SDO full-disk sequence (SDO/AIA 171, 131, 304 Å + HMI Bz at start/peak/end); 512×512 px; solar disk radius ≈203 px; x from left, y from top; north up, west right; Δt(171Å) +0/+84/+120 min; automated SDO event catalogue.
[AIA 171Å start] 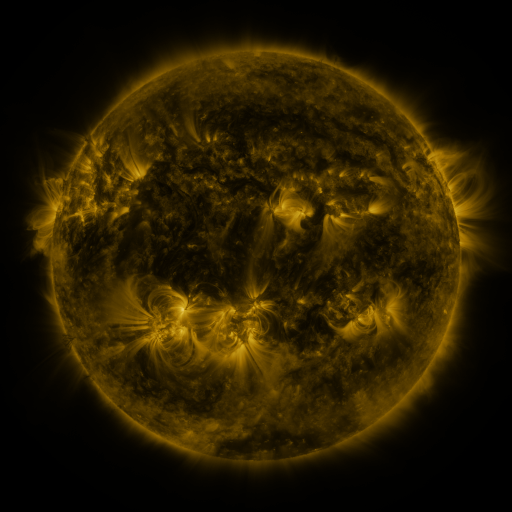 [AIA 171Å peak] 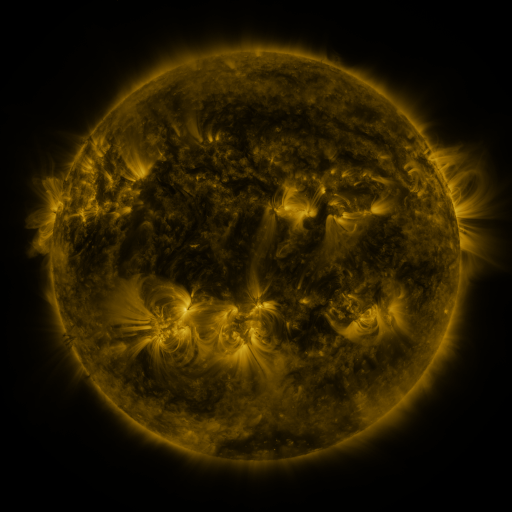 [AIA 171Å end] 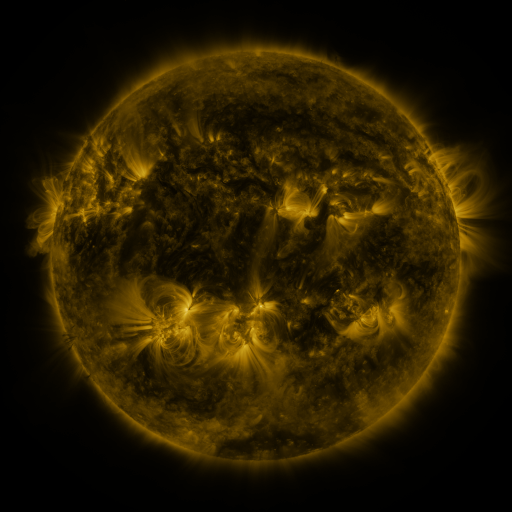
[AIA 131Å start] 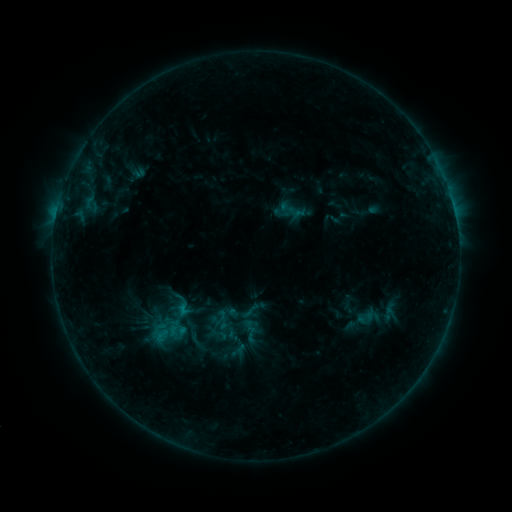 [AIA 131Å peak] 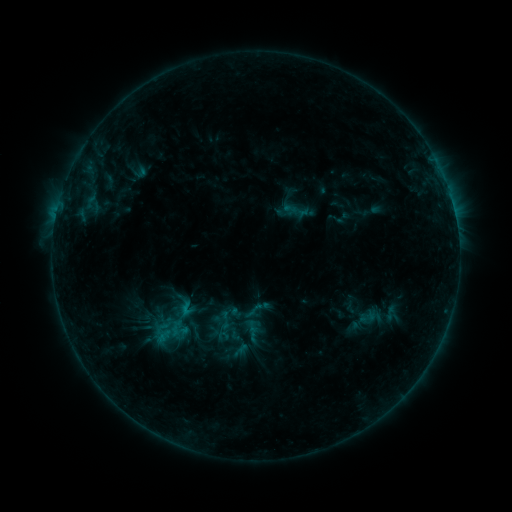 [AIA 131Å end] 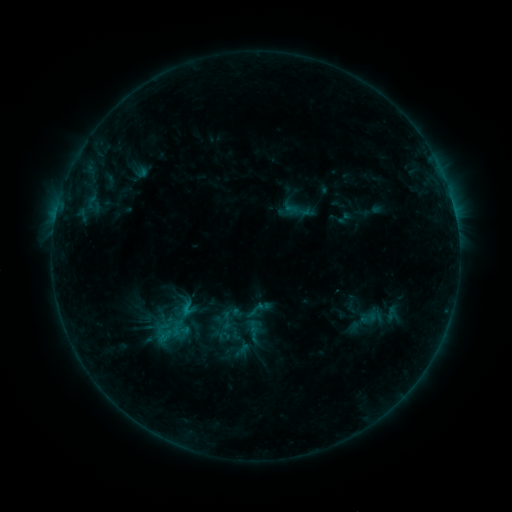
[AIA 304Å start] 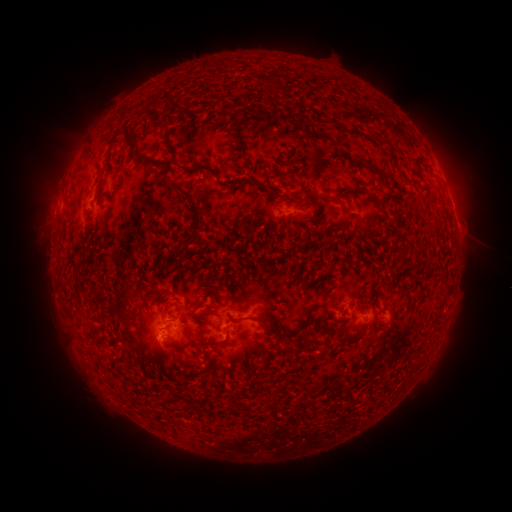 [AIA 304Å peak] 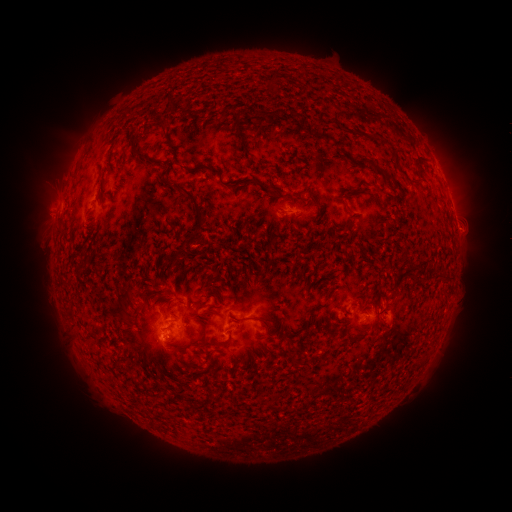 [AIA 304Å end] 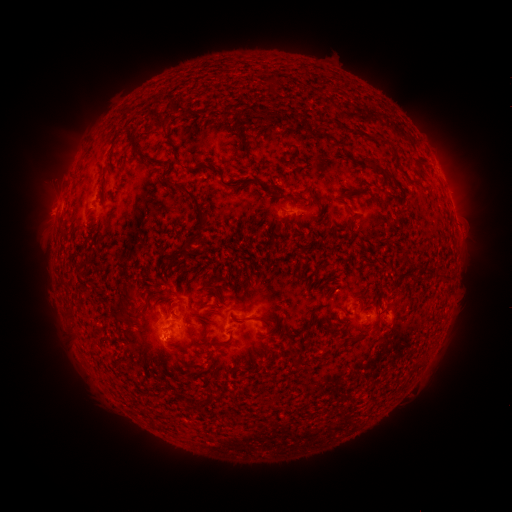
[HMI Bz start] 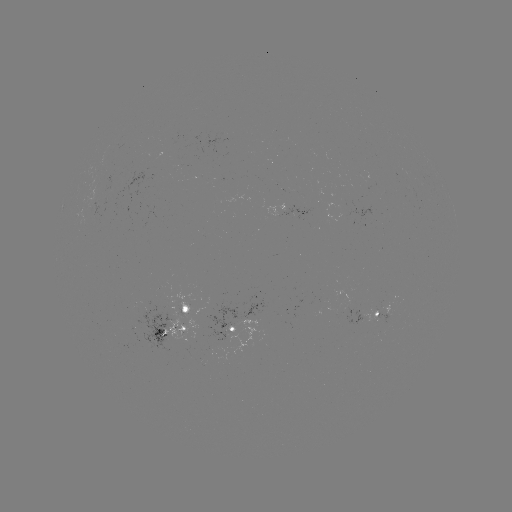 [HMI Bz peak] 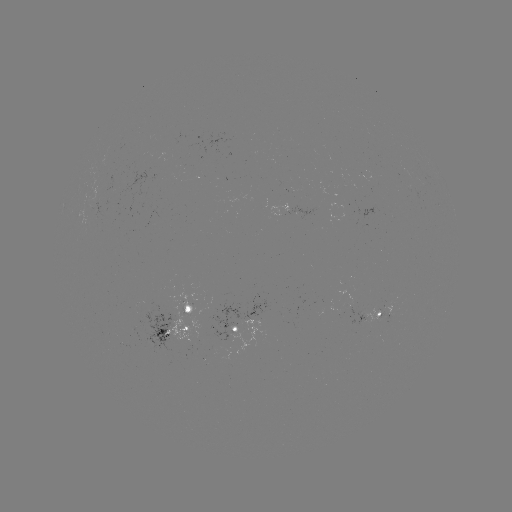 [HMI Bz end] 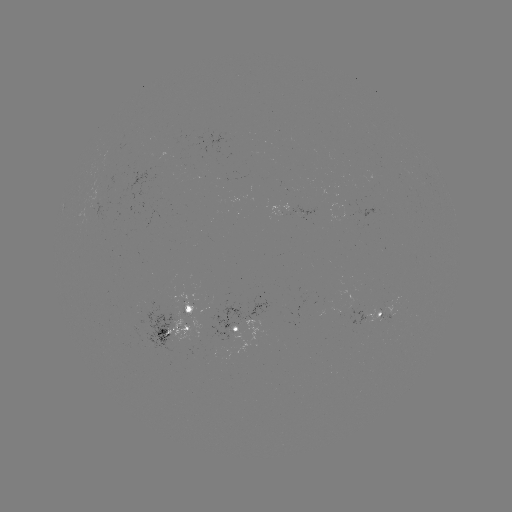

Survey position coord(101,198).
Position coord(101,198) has emerging-flux region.